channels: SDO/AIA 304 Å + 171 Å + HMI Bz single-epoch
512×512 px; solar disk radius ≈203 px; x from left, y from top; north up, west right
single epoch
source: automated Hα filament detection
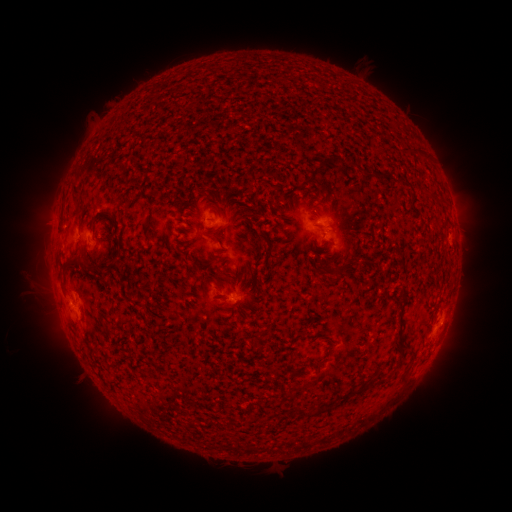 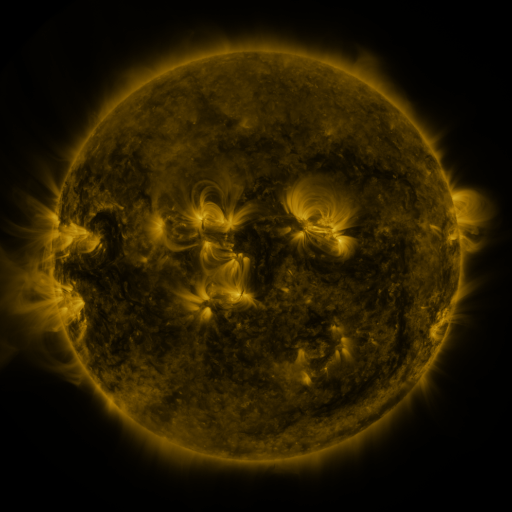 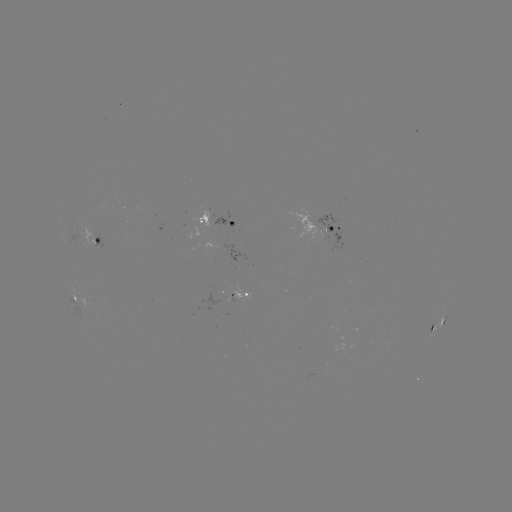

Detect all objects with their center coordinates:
filament: [308, 153, 339, 178]
filament: [202, 159, 212, 169]
filament: [70, 186, 85, 216]
filament: [420, 188, 433, 197]
filament: [187, 207, 196, 215]
filament: [143, 221, 152, 231]
filament: [256, 230, 278, 259]
filament: [201, 232, 213, 239]
filament: [61, 258, 99, 279]
filament: [333, 261, 344, 280]
filament: [238, 276, 245, 287]
filament: [213, 278, 223, 291]
filament: [60, 284, 68, 298]
filament: [255, 339, 263, 349]
filament: [398, 349, 406, 360]
filament: [316, 359, 325, 374]
filament: [376, 370, 388, 385]
filament: [340, 386, 361, 399]
filament: [298, 404, 314, 417]
